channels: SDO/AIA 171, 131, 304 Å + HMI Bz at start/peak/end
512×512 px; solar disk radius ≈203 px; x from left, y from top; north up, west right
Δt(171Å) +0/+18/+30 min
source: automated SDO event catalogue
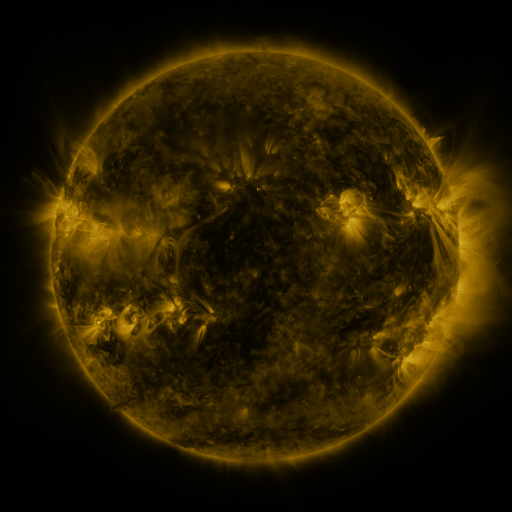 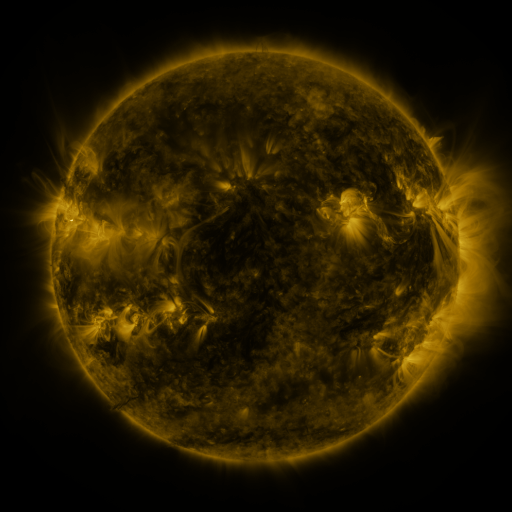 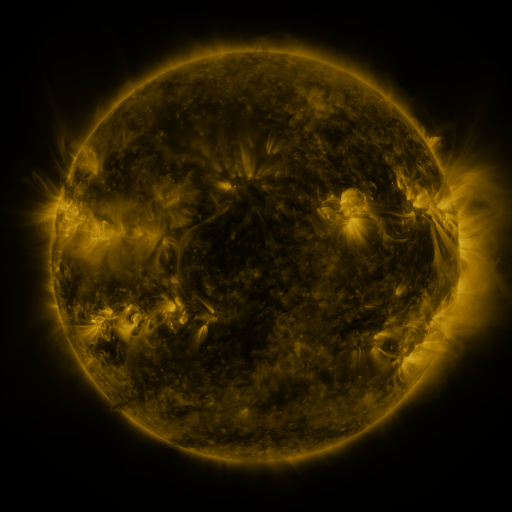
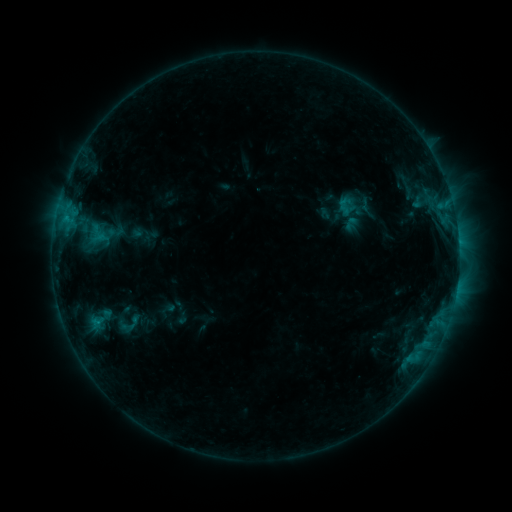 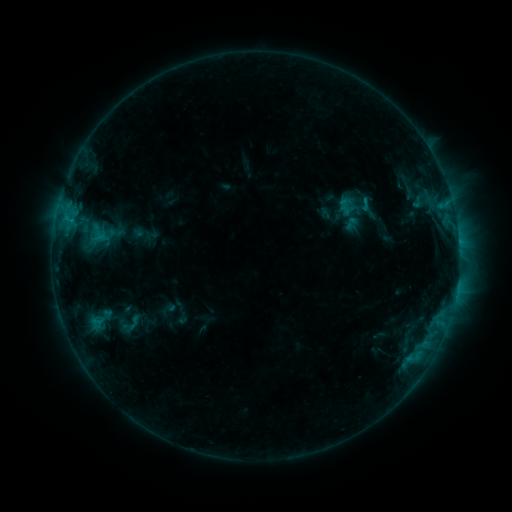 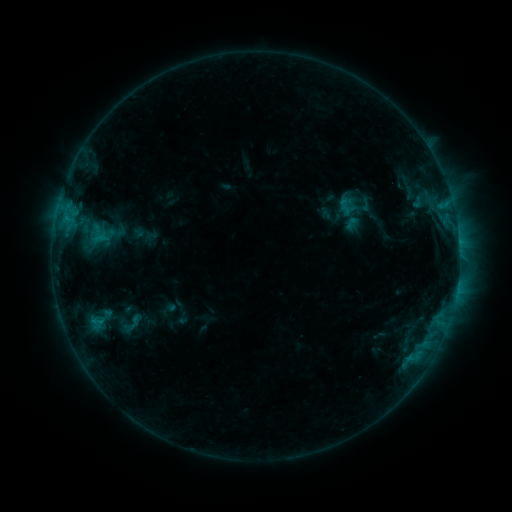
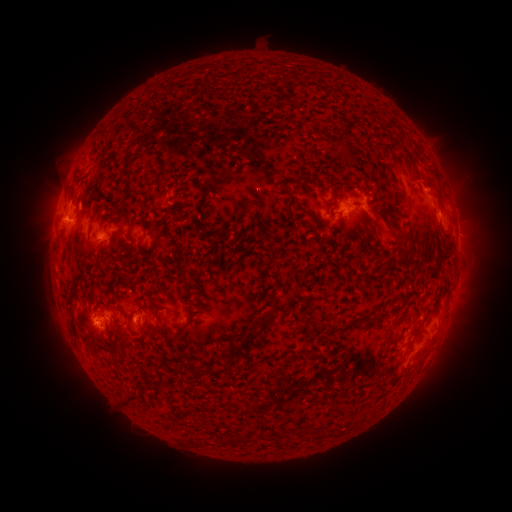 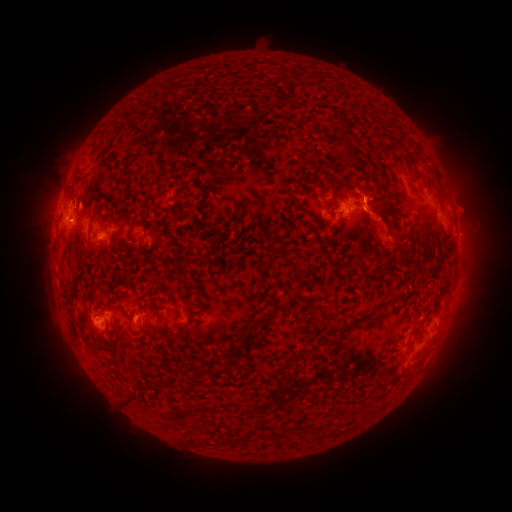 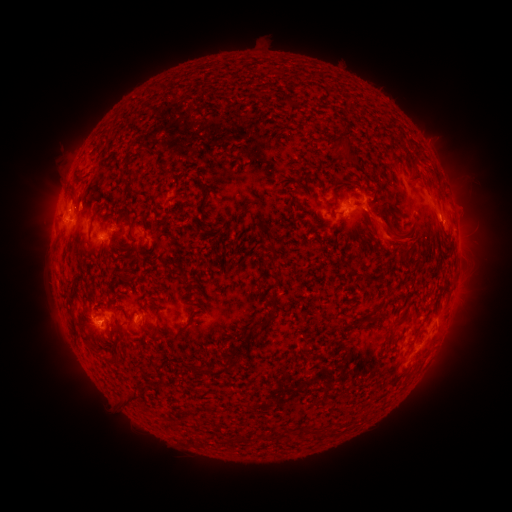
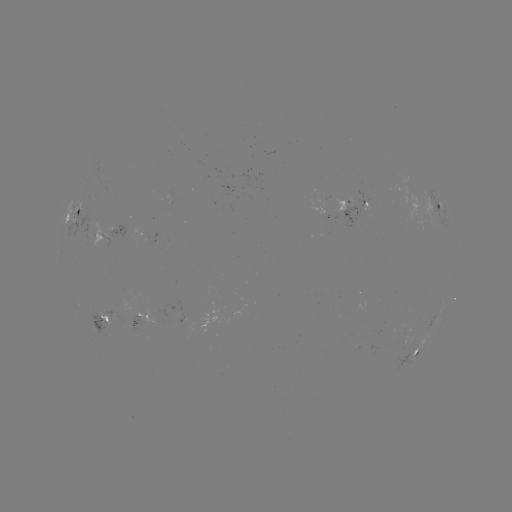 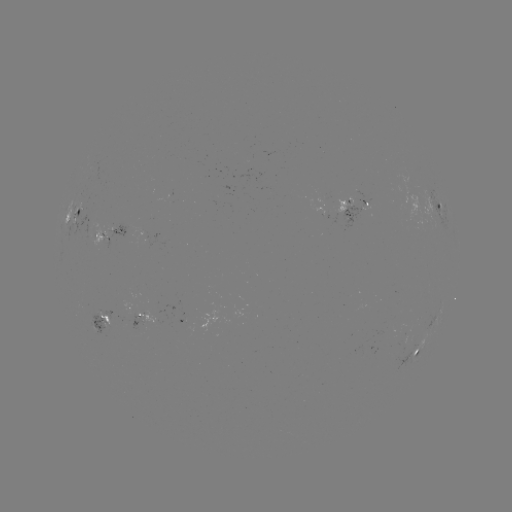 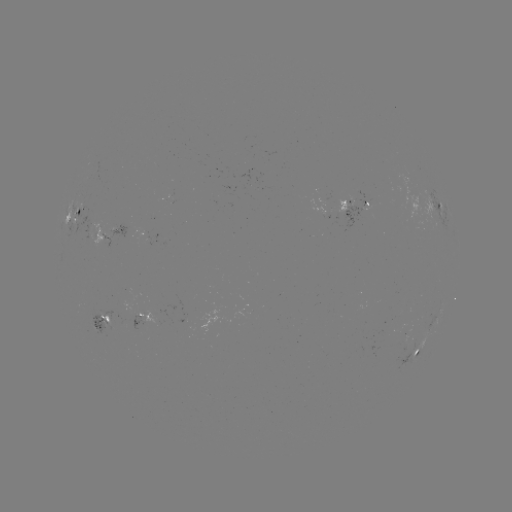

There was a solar eruption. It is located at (389, 235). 